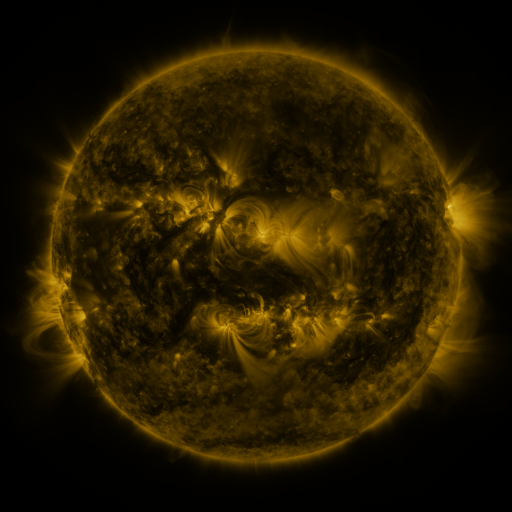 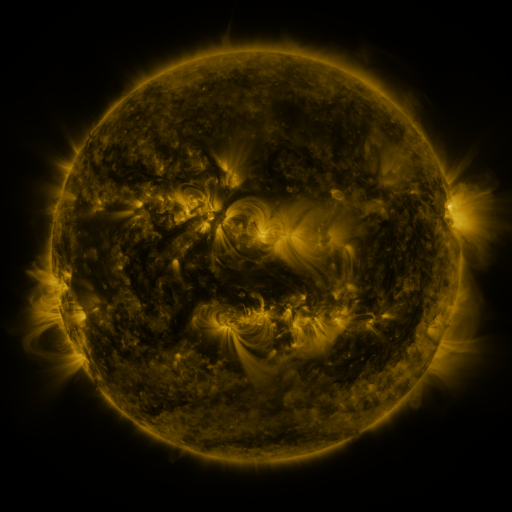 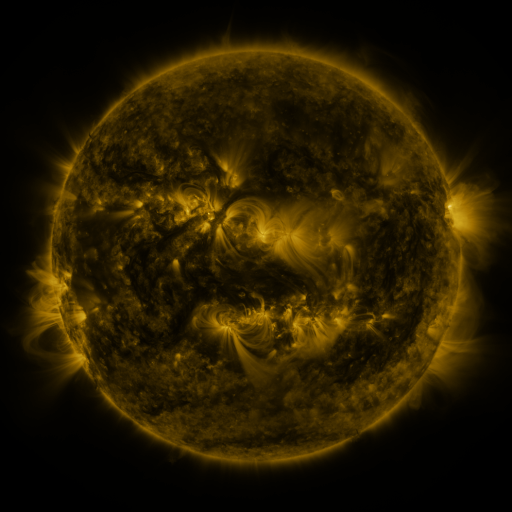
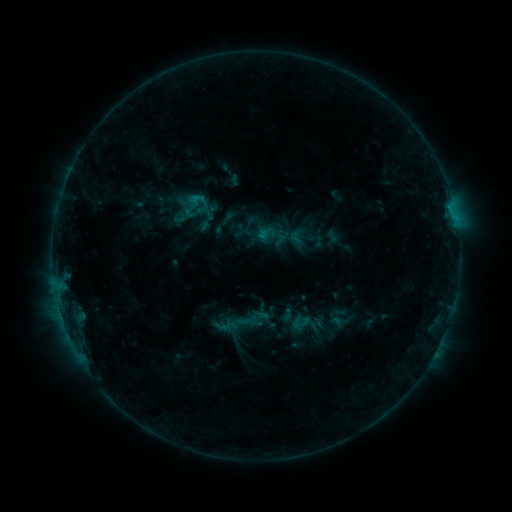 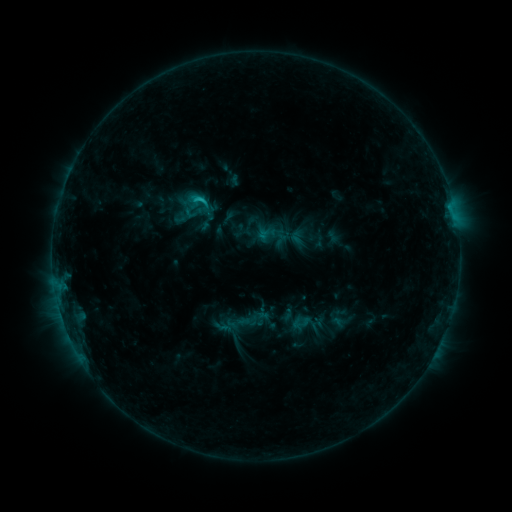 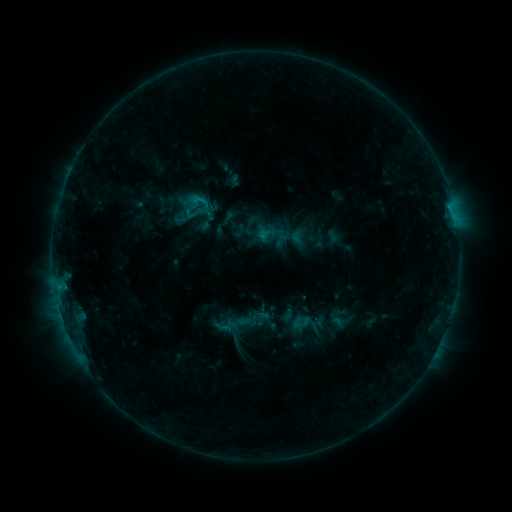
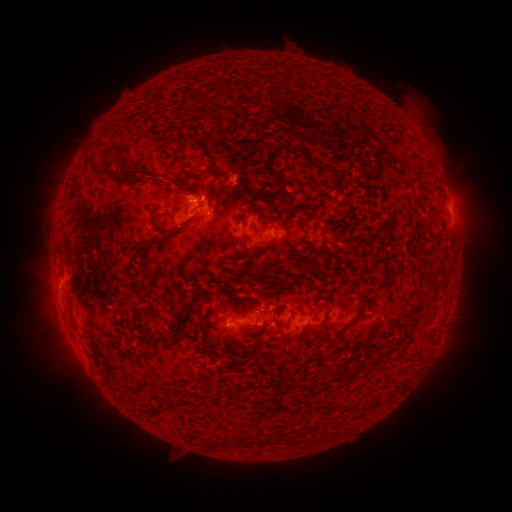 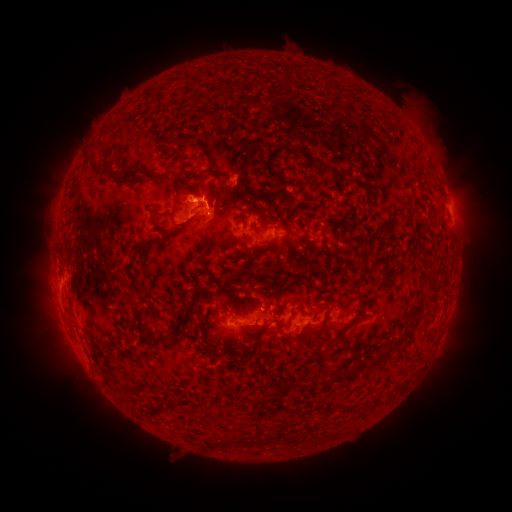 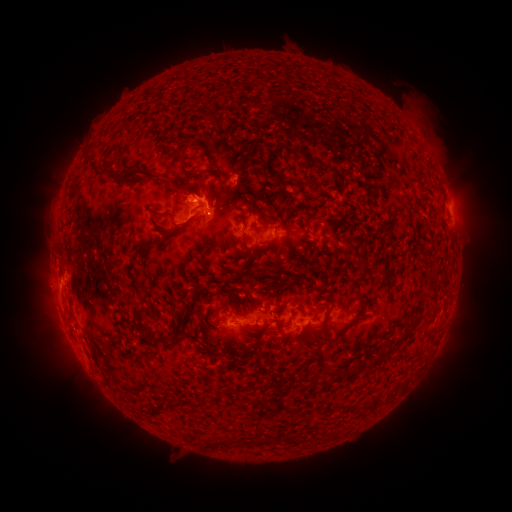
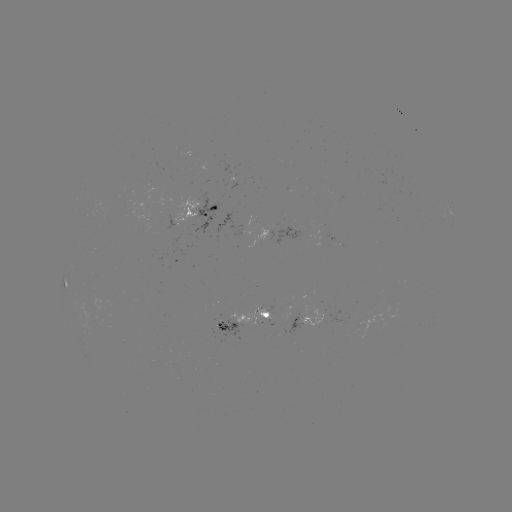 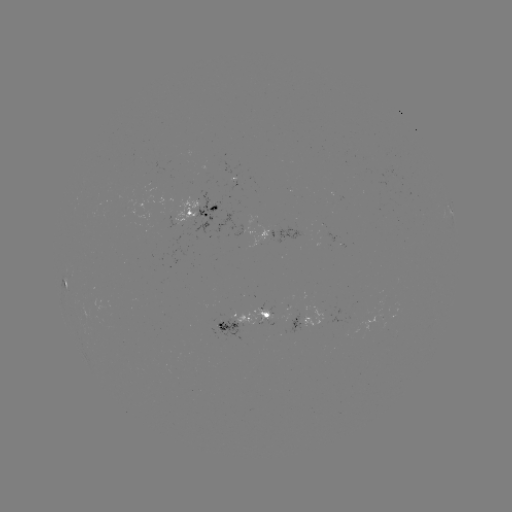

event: flare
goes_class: C1.6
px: (204, 201)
